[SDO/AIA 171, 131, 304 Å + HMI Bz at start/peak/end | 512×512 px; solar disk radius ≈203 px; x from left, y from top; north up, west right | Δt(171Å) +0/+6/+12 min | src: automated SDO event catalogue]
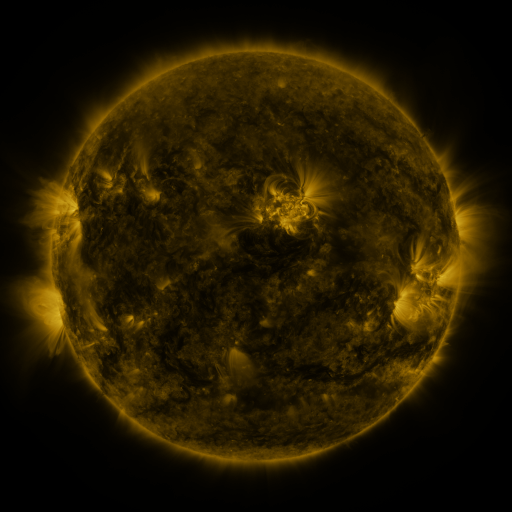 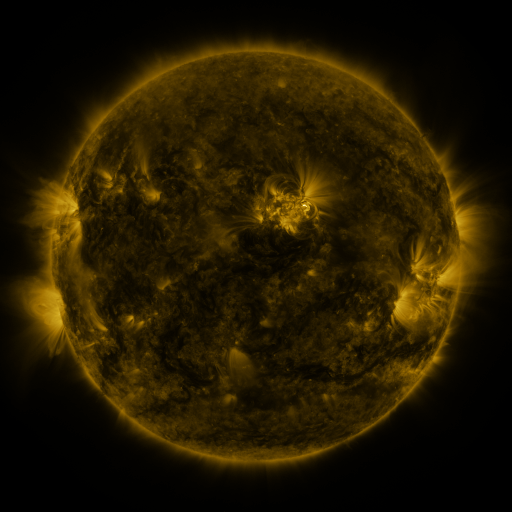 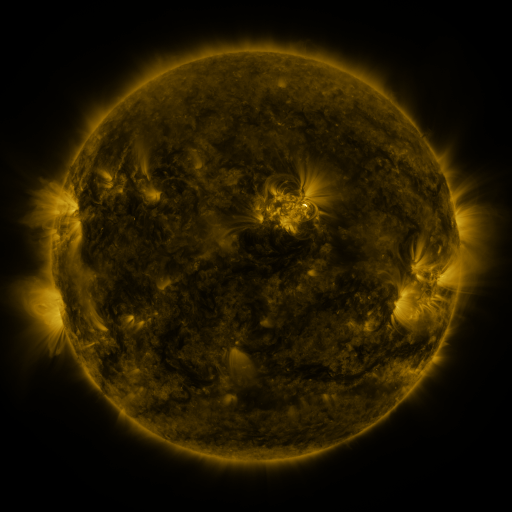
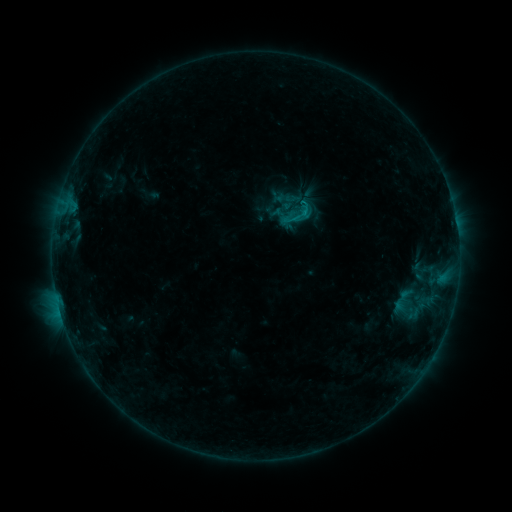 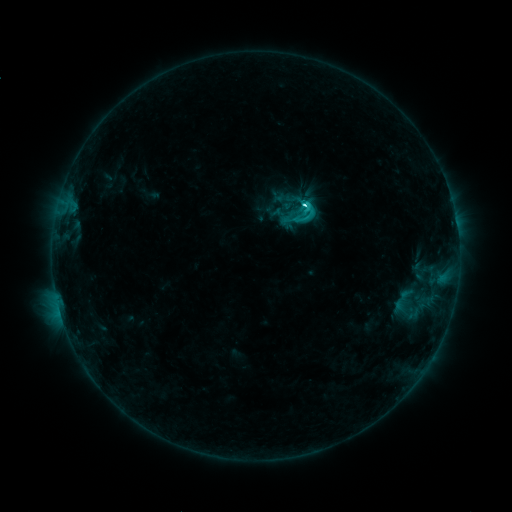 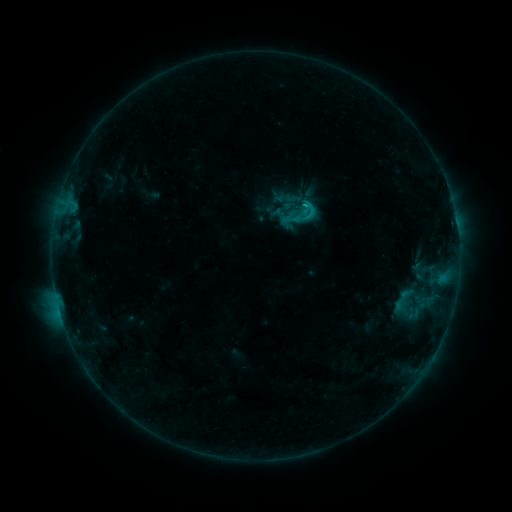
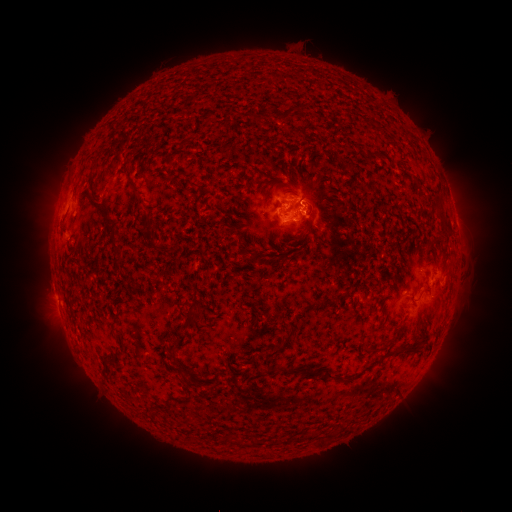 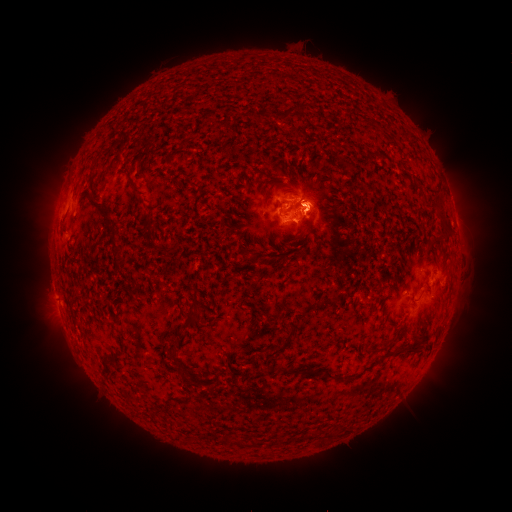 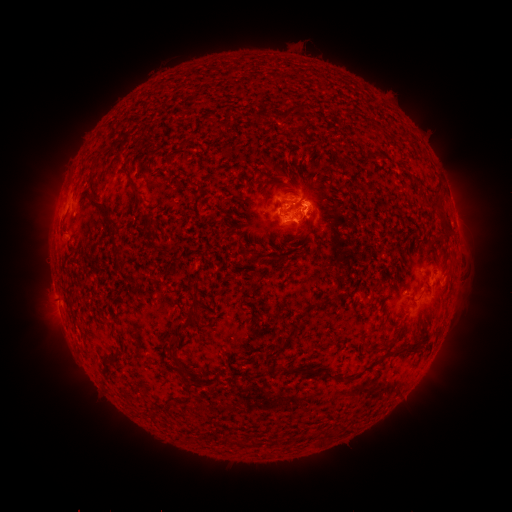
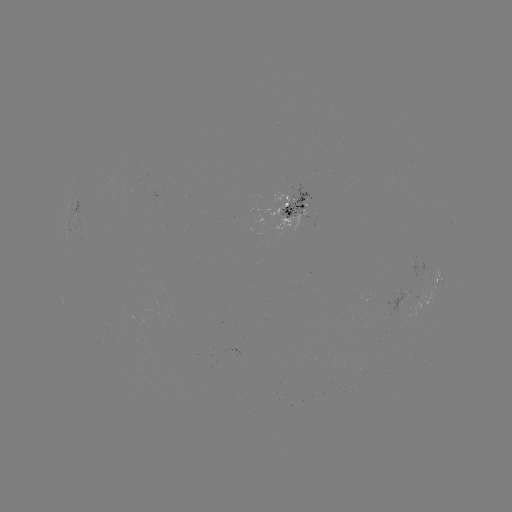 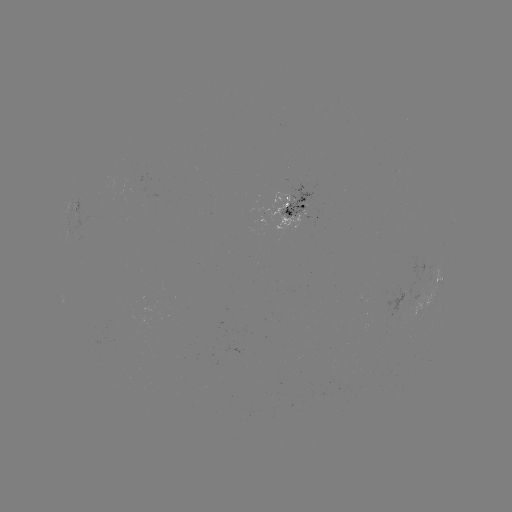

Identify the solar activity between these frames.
C4.1 flare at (300, 205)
